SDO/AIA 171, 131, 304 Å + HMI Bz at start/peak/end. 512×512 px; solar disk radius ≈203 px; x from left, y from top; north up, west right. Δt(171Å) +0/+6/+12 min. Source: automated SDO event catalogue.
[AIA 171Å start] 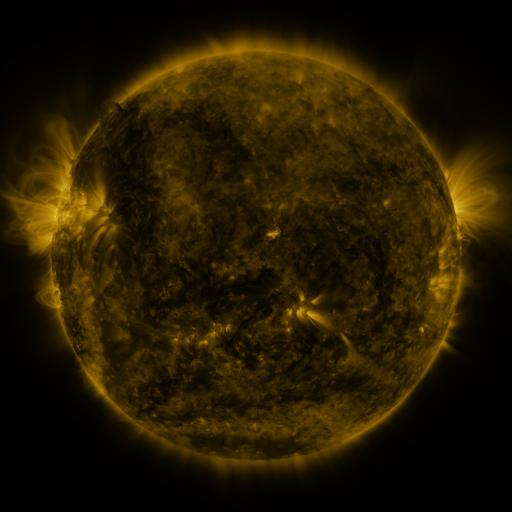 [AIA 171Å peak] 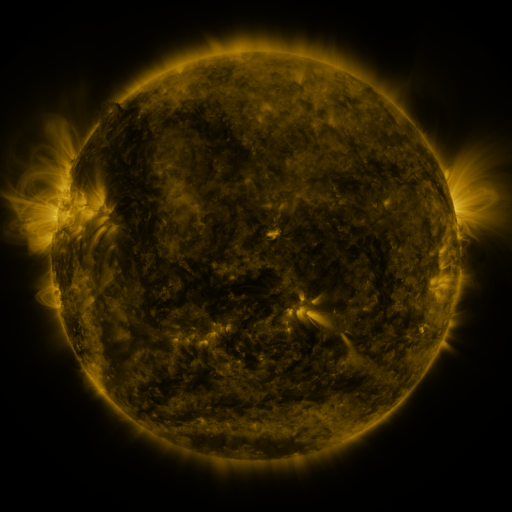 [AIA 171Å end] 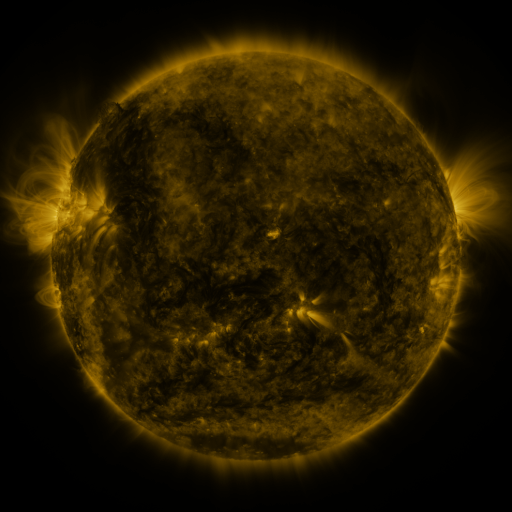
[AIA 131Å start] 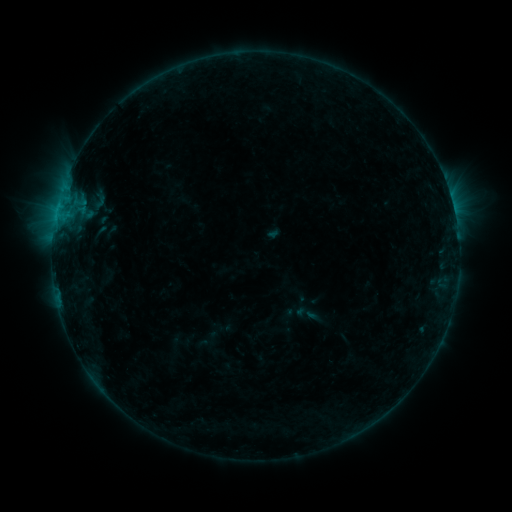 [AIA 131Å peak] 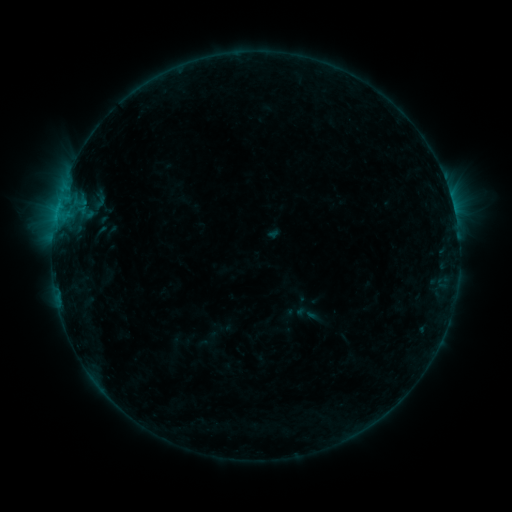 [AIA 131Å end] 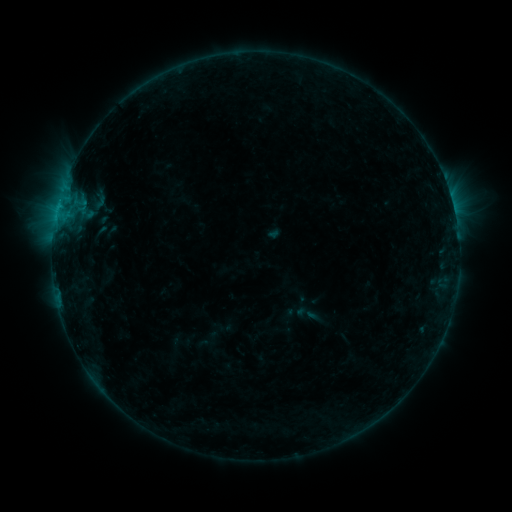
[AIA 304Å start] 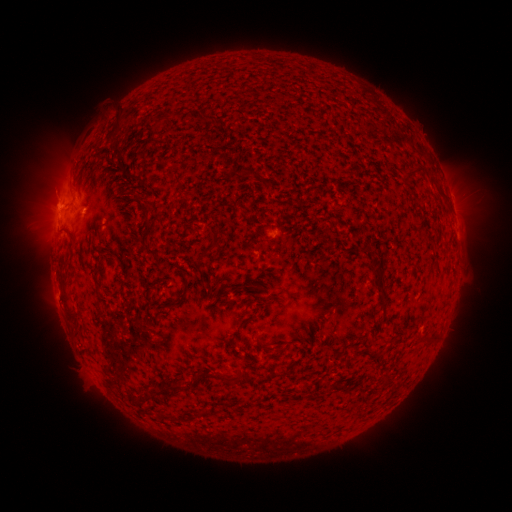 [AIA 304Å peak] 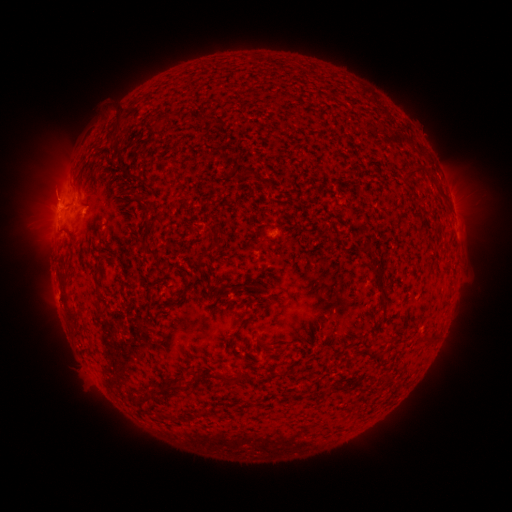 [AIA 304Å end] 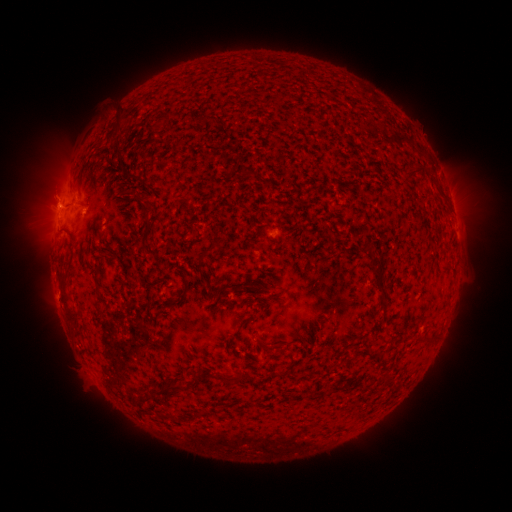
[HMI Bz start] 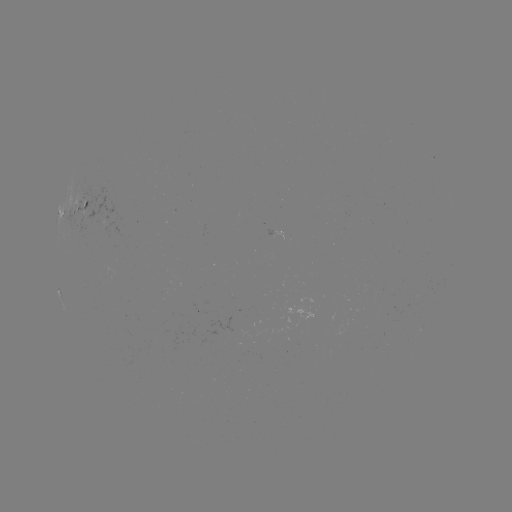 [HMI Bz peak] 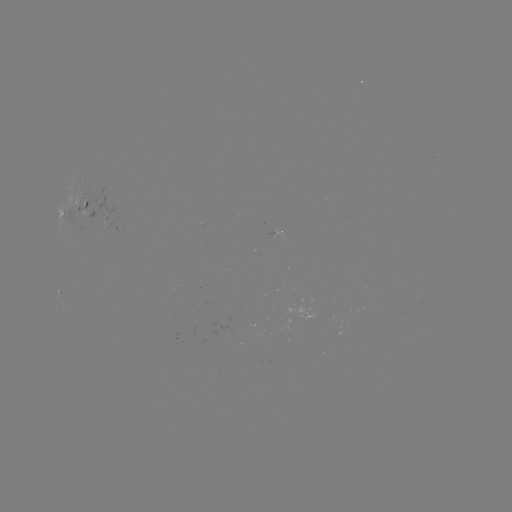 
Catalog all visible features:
eruption: (51, 192)
